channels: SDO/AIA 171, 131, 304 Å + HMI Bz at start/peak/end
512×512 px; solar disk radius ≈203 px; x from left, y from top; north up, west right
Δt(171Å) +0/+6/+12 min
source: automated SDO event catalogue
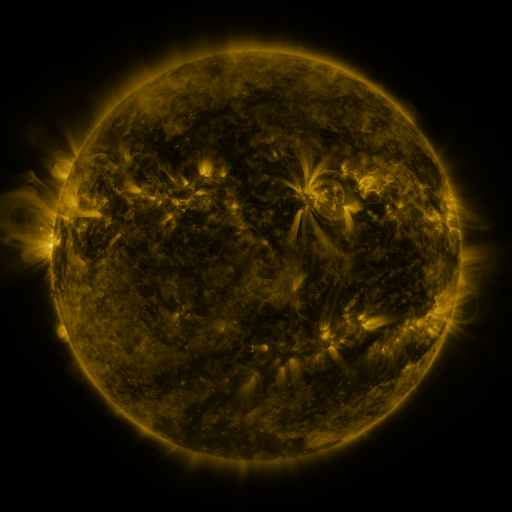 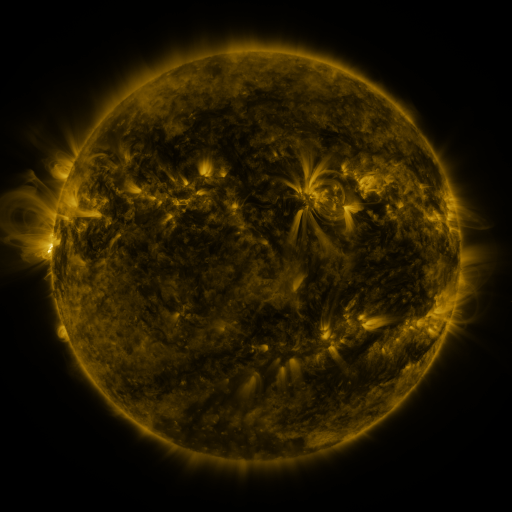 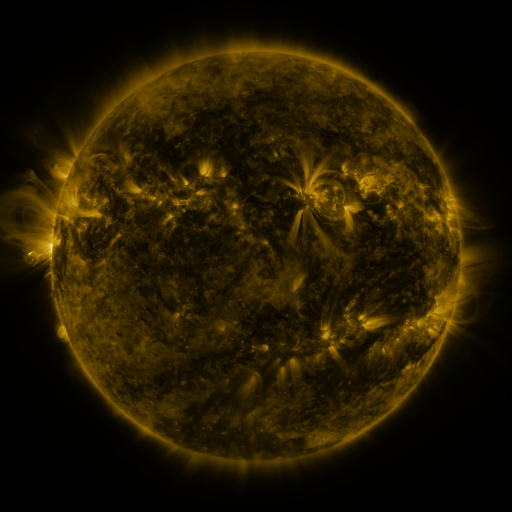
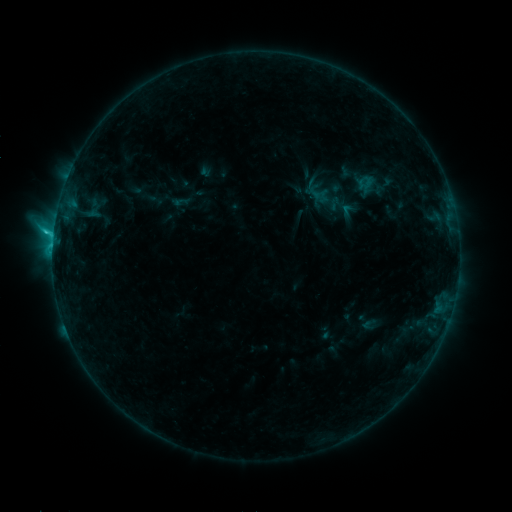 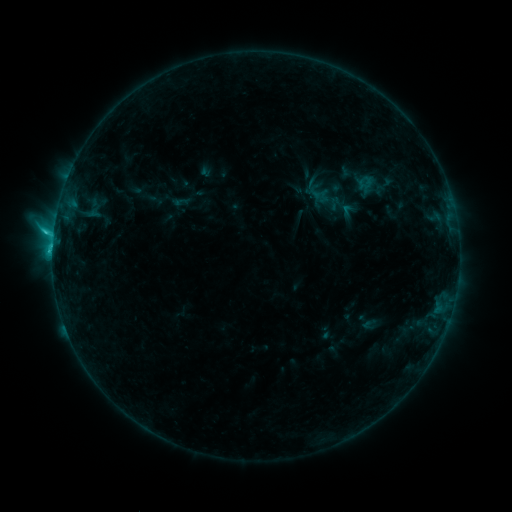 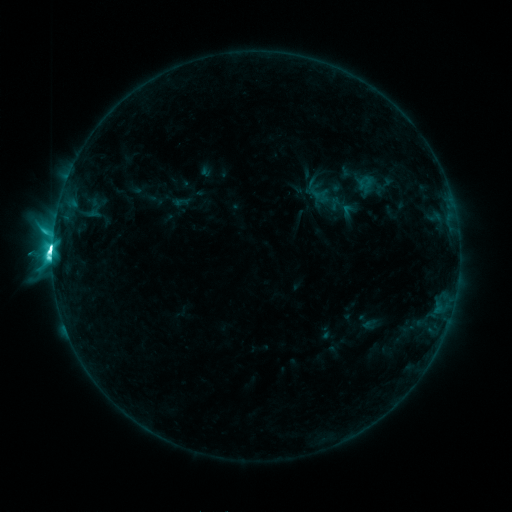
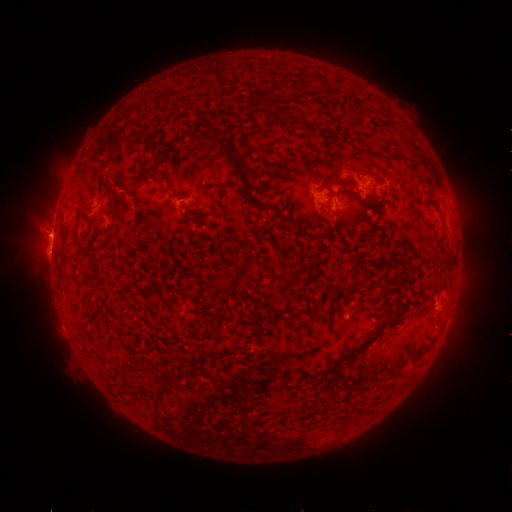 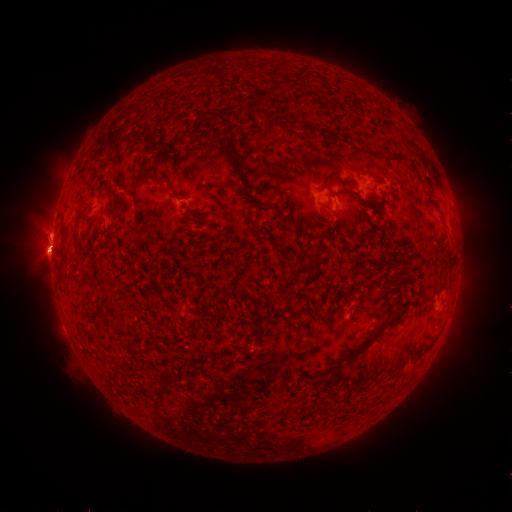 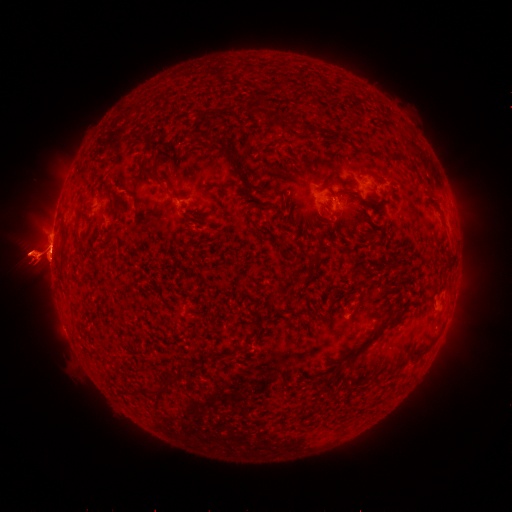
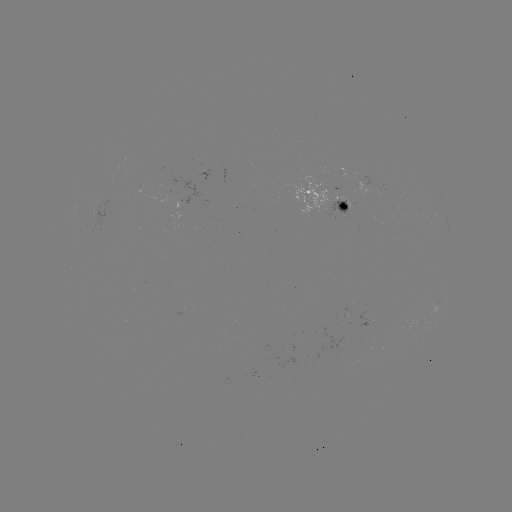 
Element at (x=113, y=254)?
eruption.